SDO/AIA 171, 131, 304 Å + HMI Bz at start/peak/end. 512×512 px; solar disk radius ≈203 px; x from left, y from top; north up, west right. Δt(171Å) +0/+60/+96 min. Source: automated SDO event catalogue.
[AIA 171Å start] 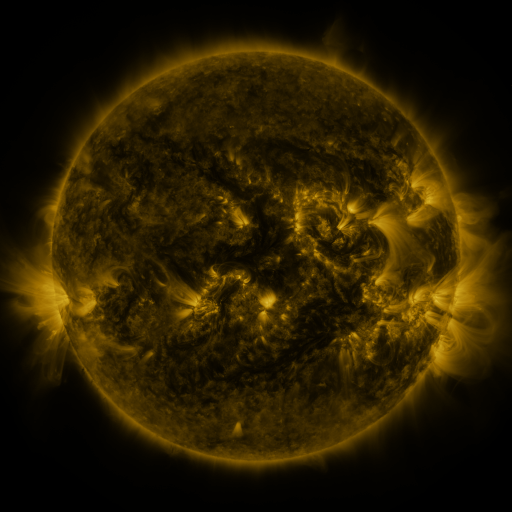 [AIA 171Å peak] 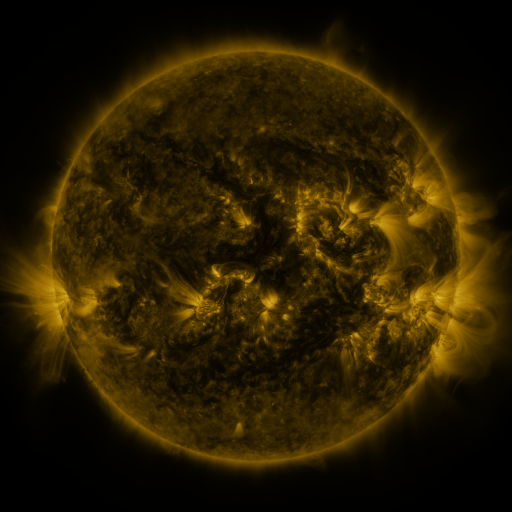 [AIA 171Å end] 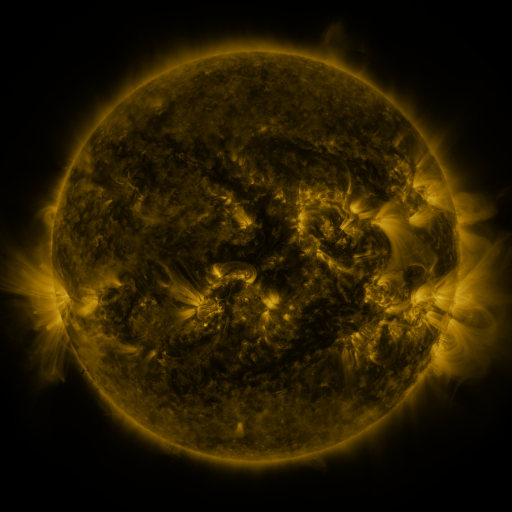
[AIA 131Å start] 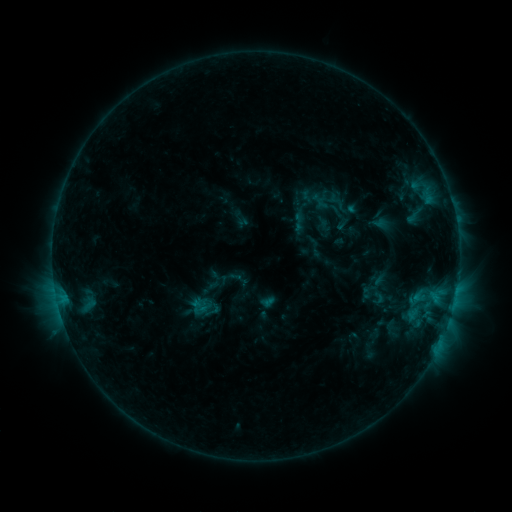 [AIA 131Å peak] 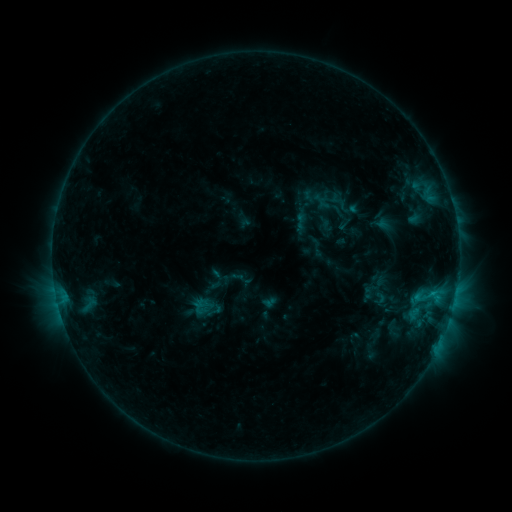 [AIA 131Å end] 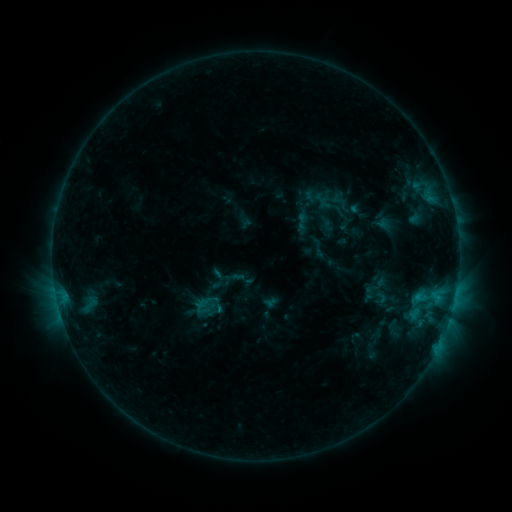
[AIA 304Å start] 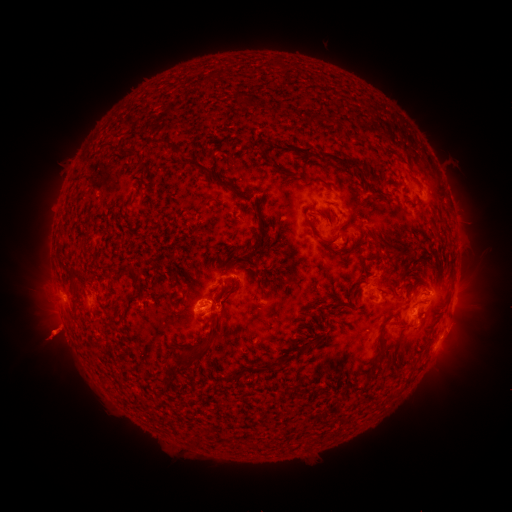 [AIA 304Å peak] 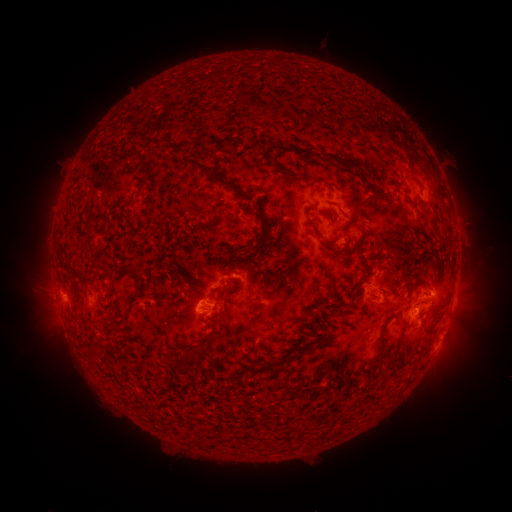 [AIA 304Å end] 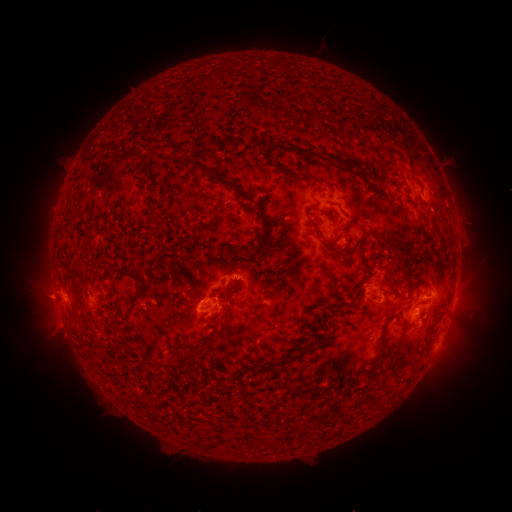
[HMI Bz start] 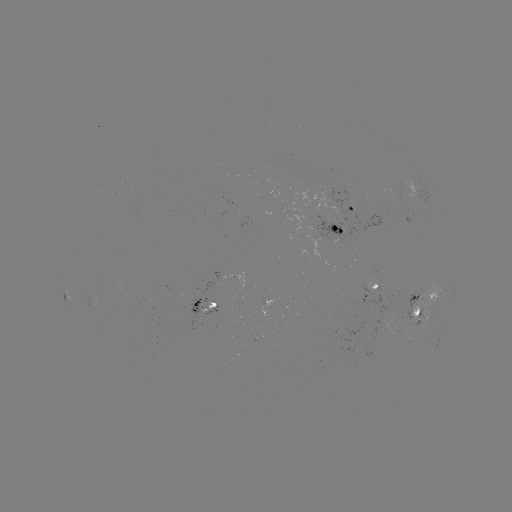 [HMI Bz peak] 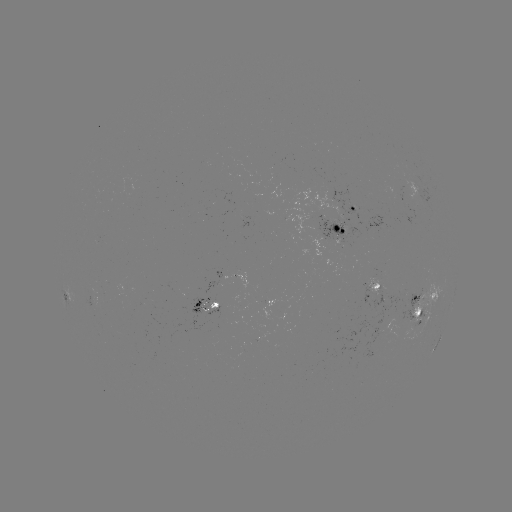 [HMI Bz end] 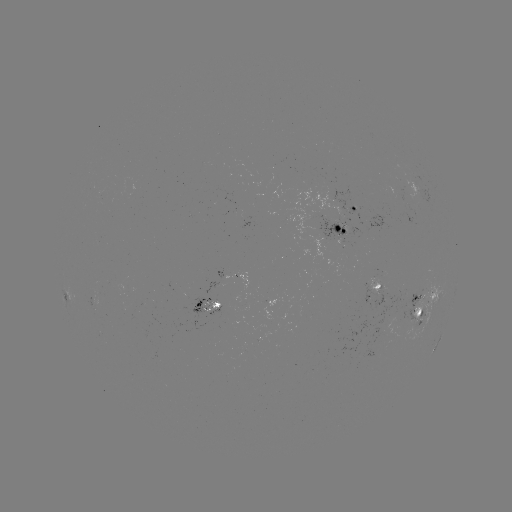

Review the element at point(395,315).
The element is emerging-flux region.